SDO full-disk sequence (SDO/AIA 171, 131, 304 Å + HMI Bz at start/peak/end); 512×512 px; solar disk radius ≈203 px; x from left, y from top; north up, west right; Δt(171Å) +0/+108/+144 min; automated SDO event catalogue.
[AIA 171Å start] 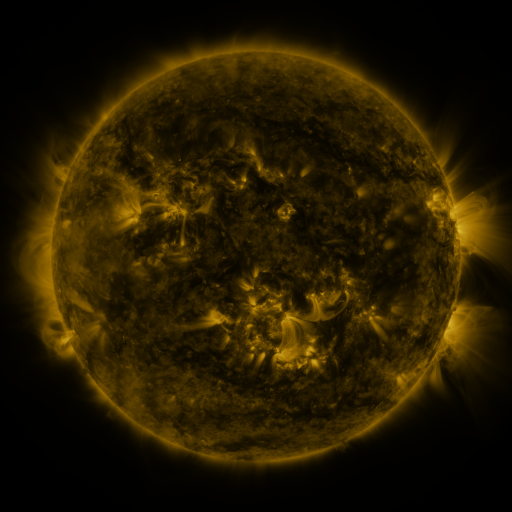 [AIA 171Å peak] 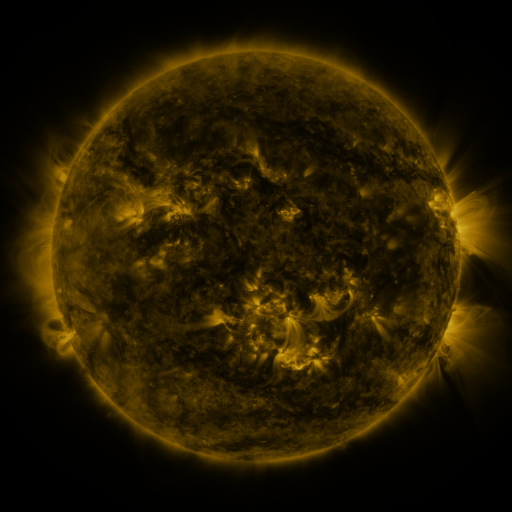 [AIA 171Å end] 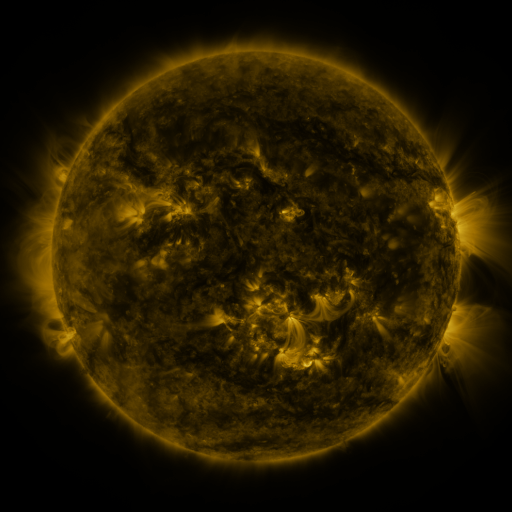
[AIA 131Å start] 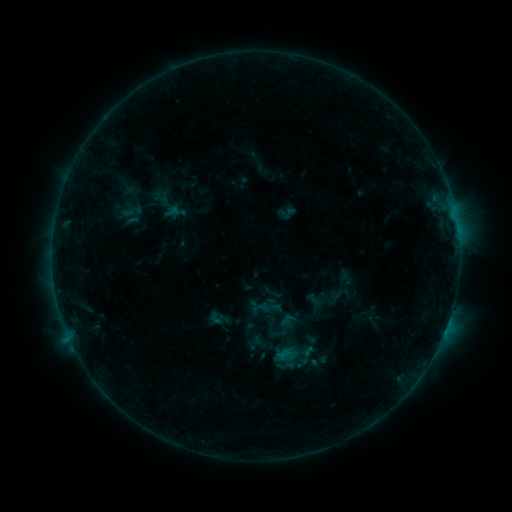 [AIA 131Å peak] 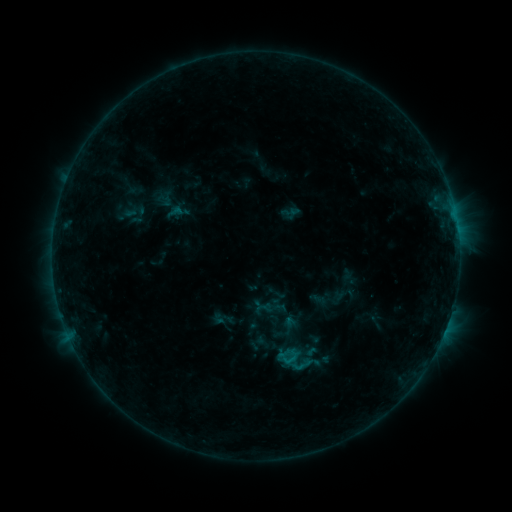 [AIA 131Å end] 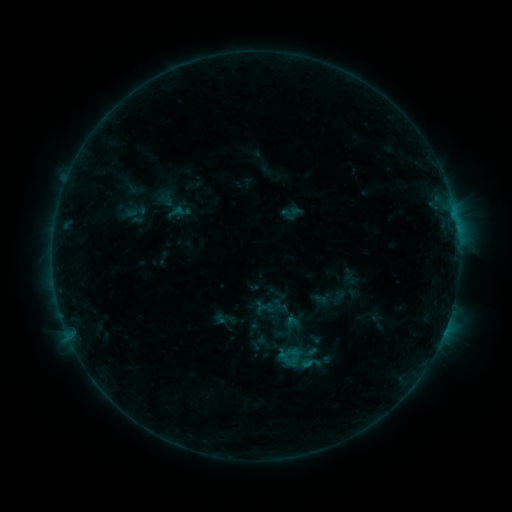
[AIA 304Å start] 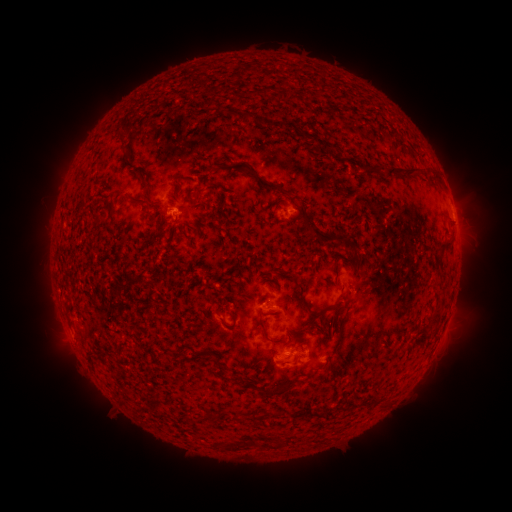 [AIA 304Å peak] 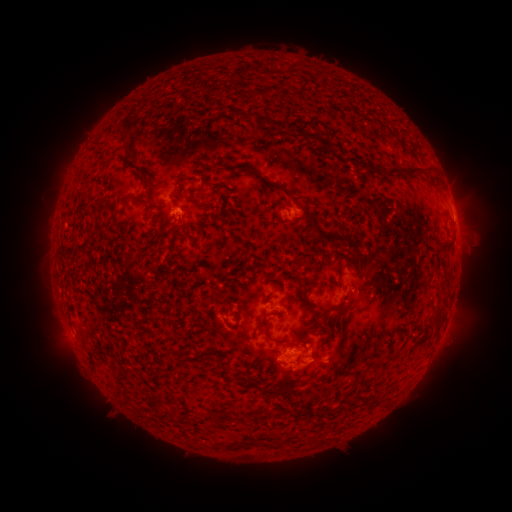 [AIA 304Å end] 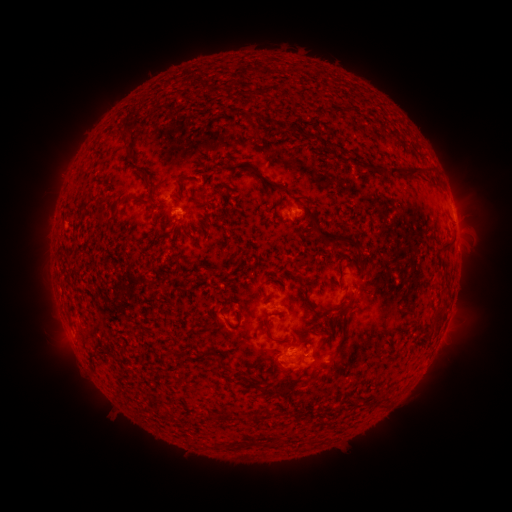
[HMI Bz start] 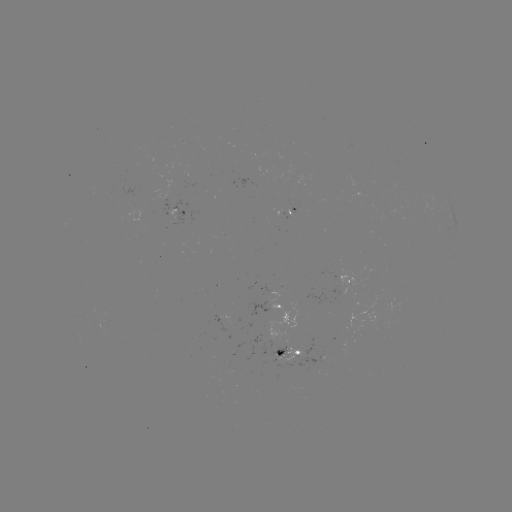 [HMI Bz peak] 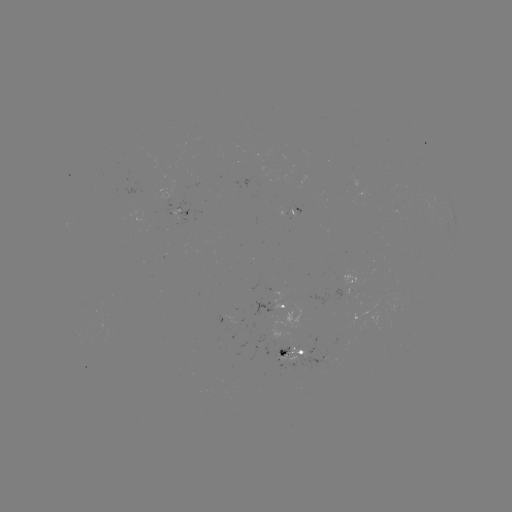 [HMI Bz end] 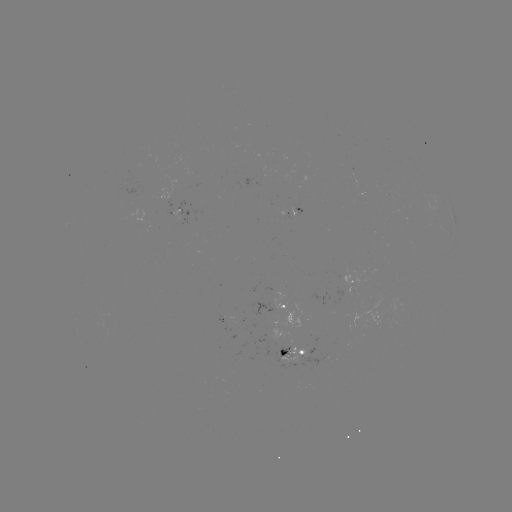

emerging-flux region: (270, 341, 305, 359)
